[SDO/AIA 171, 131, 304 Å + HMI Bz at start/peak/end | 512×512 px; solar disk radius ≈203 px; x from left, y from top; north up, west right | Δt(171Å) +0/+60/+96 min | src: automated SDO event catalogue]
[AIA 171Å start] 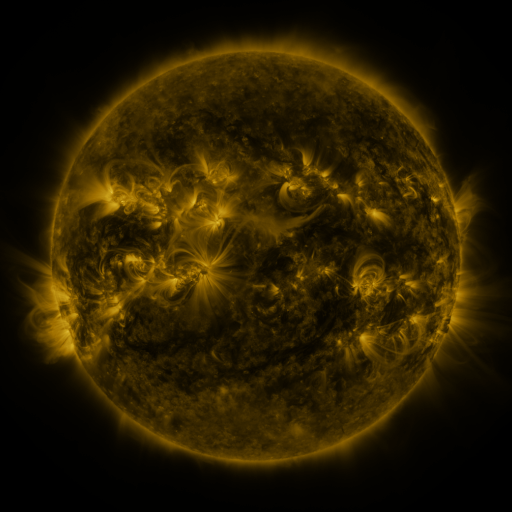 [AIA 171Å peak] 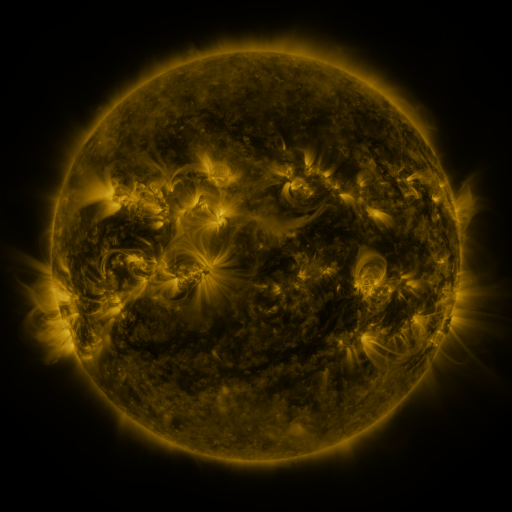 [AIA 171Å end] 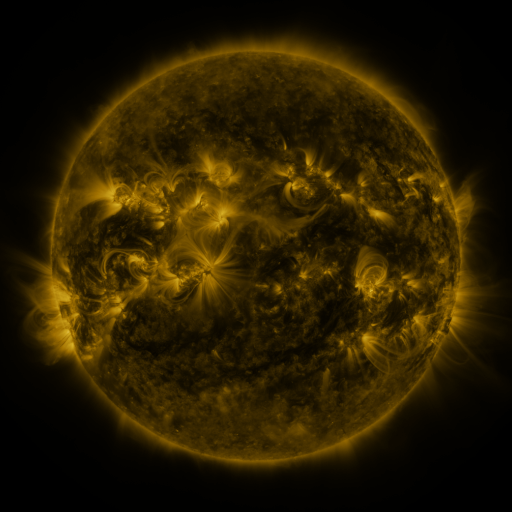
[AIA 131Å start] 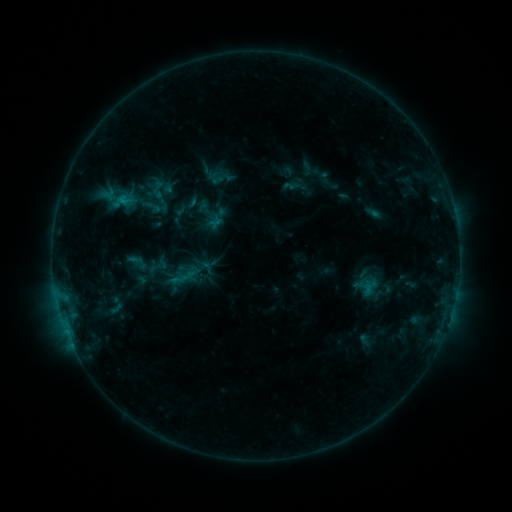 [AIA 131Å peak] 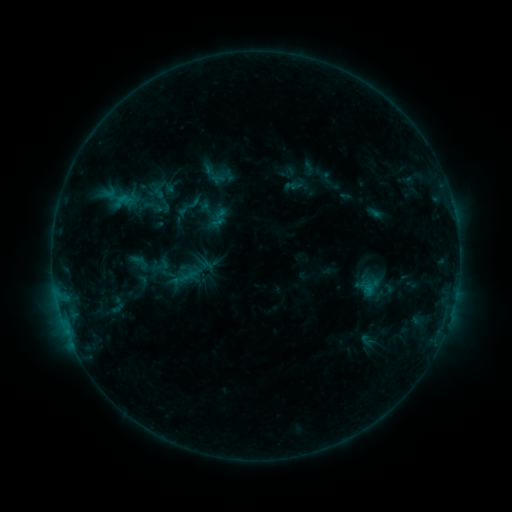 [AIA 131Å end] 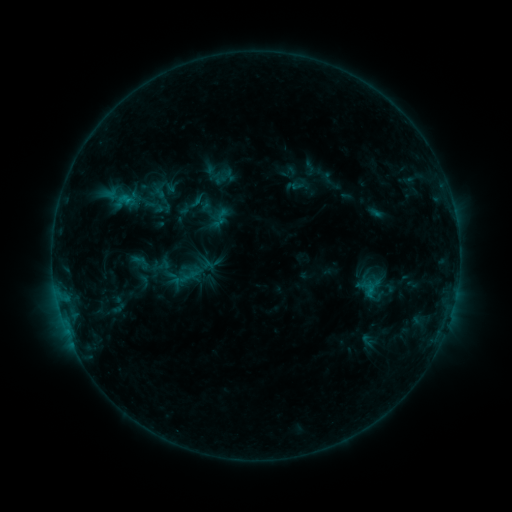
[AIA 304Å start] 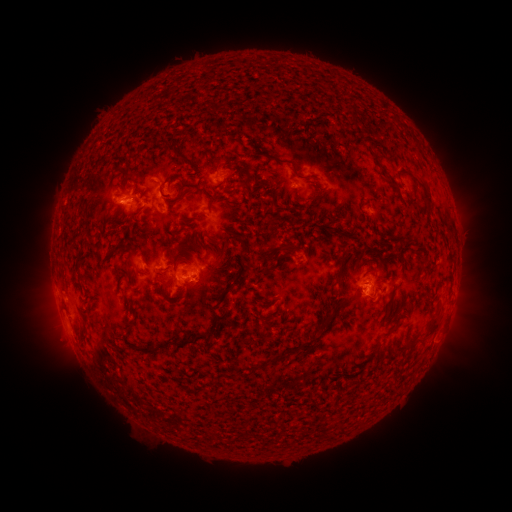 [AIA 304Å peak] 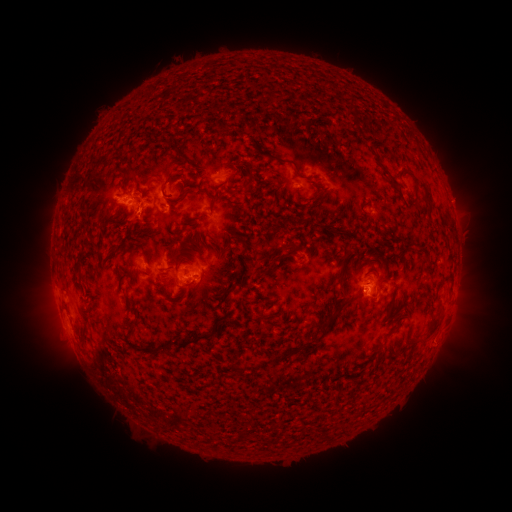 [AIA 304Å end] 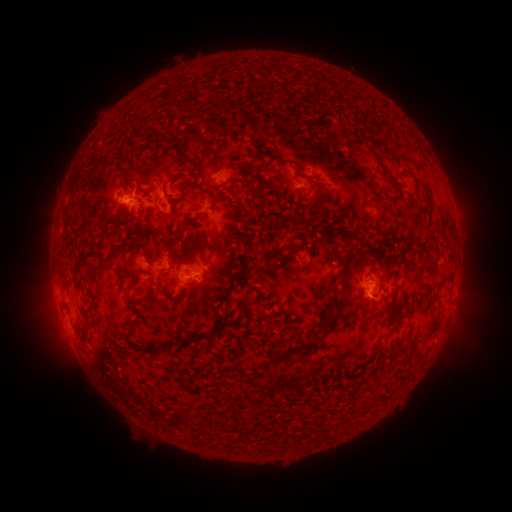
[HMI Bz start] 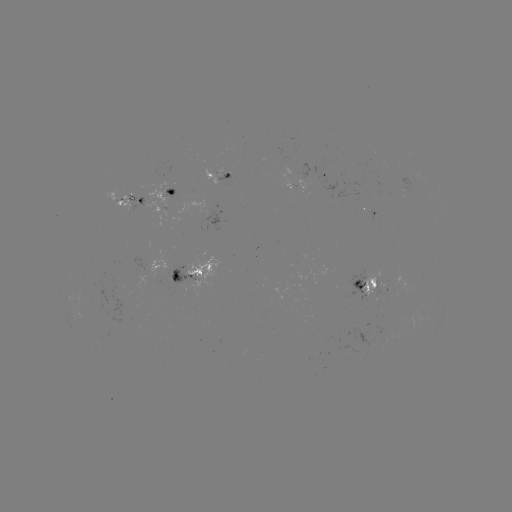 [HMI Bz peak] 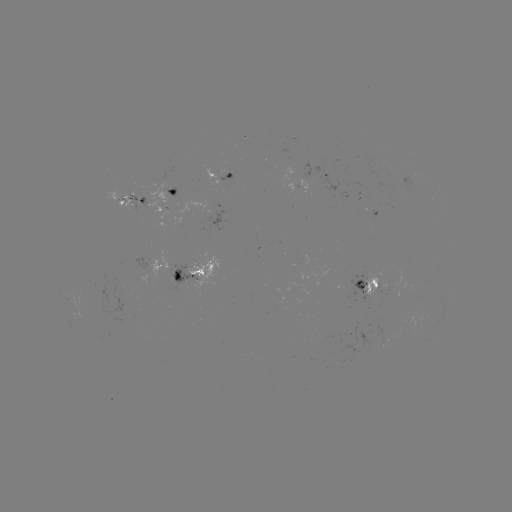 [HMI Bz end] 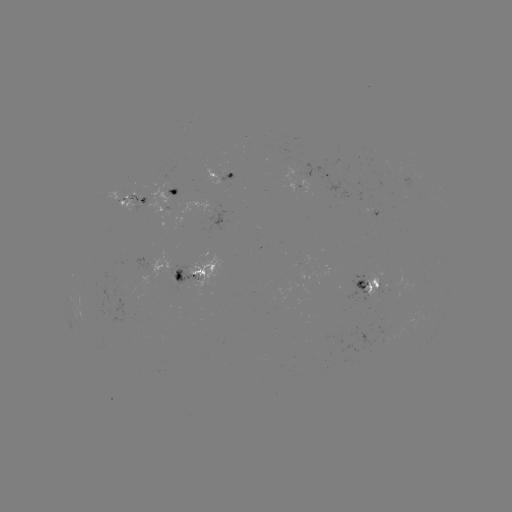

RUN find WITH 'emerging-flux region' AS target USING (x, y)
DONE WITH (408, 180) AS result